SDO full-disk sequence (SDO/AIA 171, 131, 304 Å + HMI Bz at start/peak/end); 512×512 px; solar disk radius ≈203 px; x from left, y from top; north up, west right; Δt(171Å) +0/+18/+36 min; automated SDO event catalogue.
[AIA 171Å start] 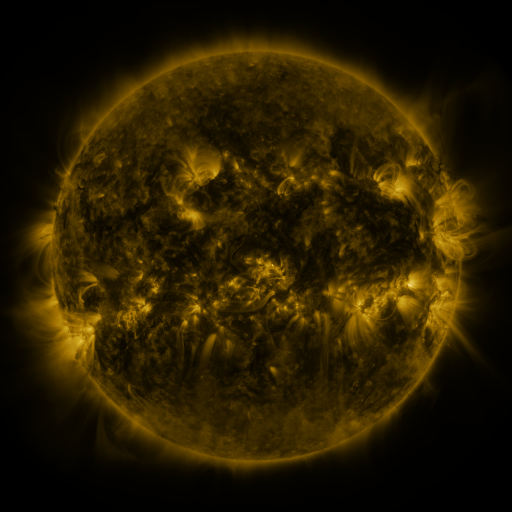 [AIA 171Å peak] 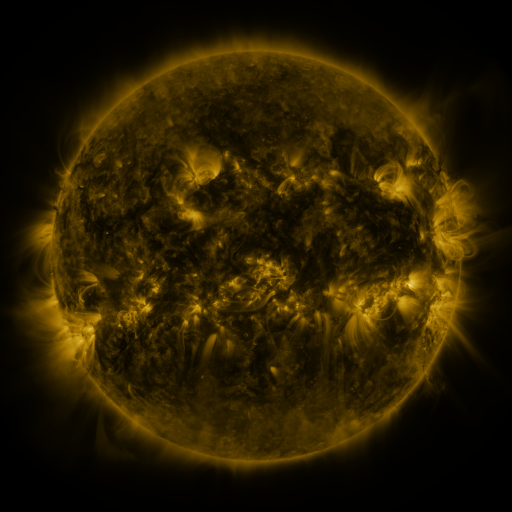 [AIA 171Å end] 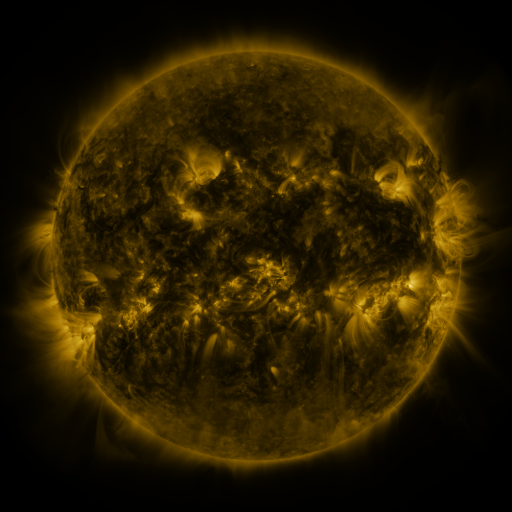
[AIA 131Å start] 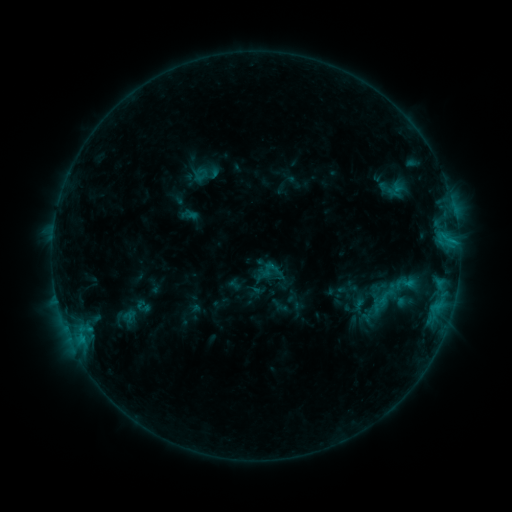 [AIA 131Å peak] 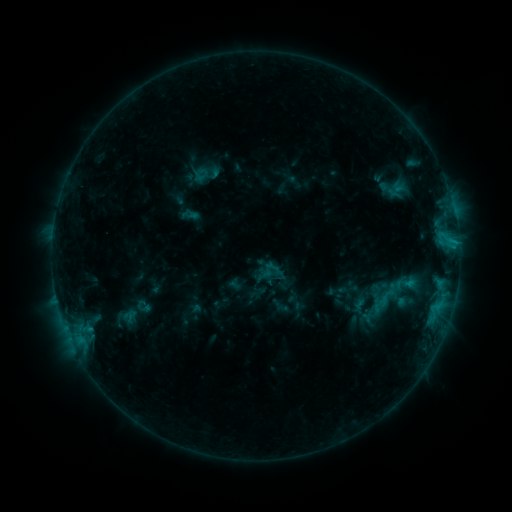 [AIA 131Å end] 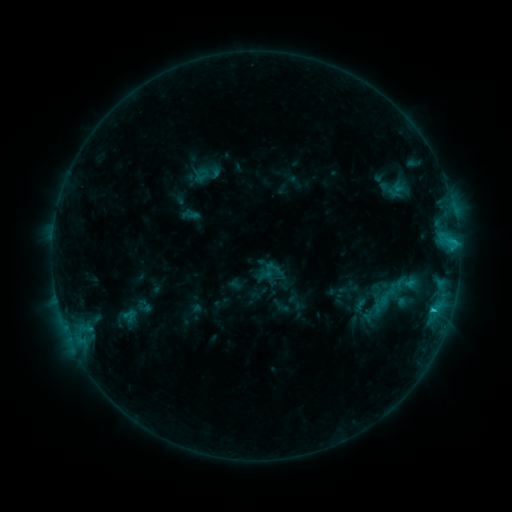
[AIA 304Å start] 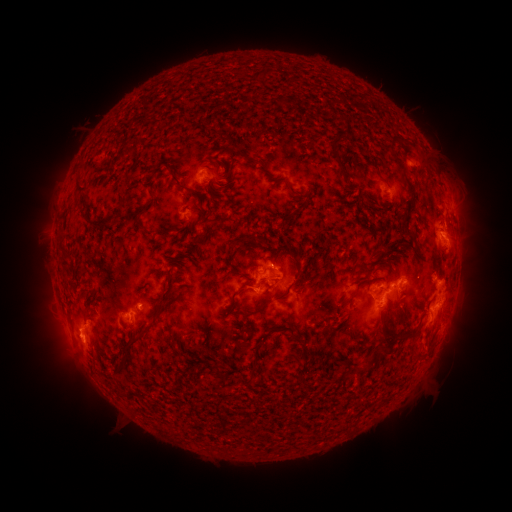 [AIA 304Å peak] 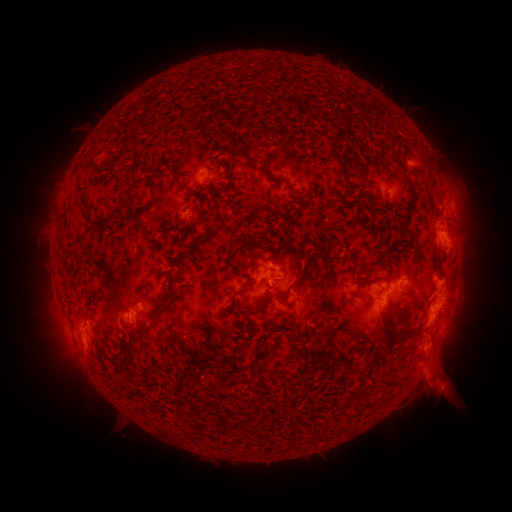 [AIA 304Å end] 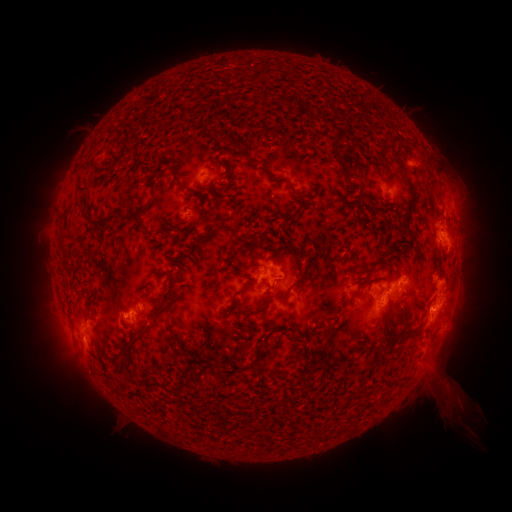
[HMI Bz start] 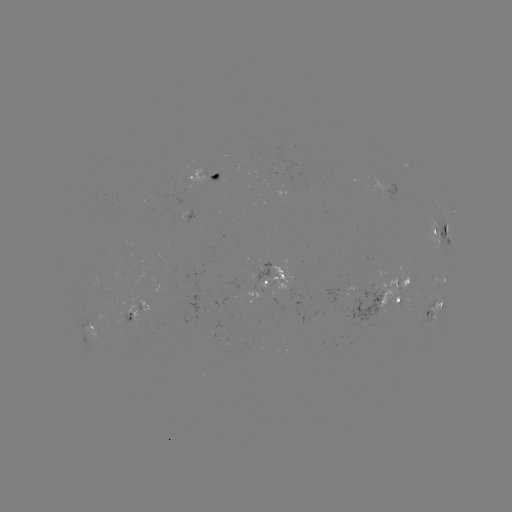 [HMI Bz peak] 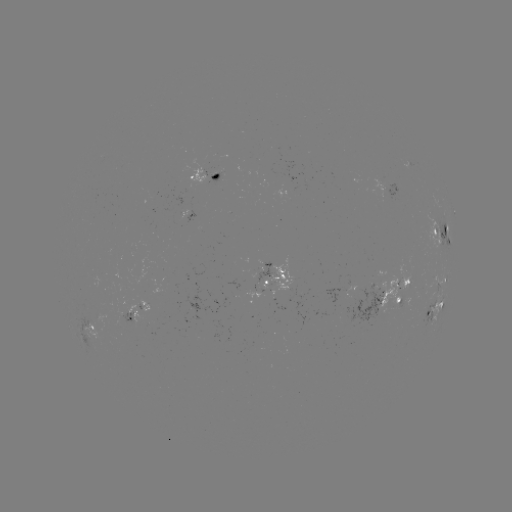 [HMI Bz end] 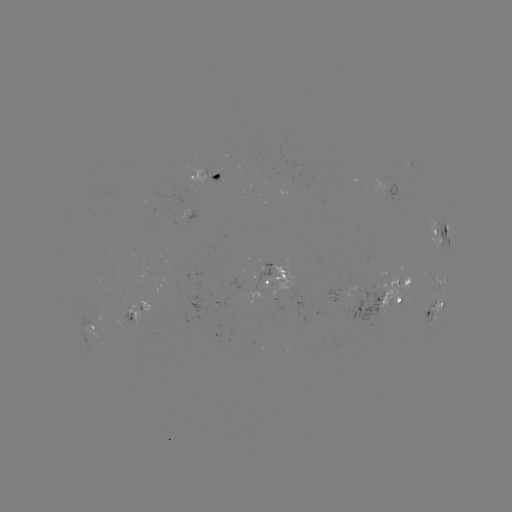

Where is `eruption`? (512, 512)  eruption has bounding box [397, 306, 470, 421].